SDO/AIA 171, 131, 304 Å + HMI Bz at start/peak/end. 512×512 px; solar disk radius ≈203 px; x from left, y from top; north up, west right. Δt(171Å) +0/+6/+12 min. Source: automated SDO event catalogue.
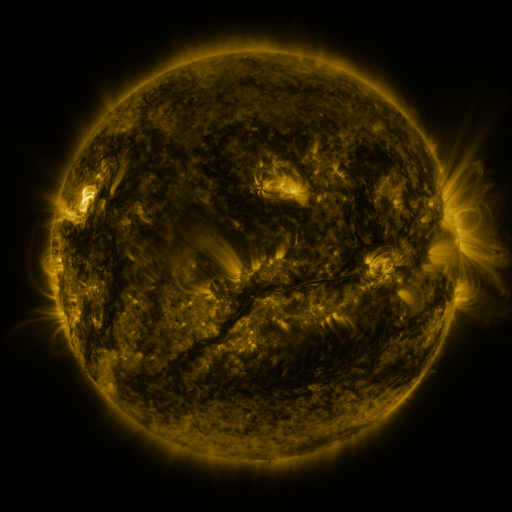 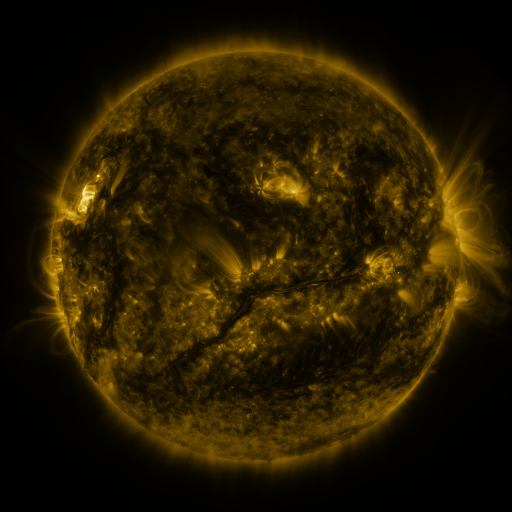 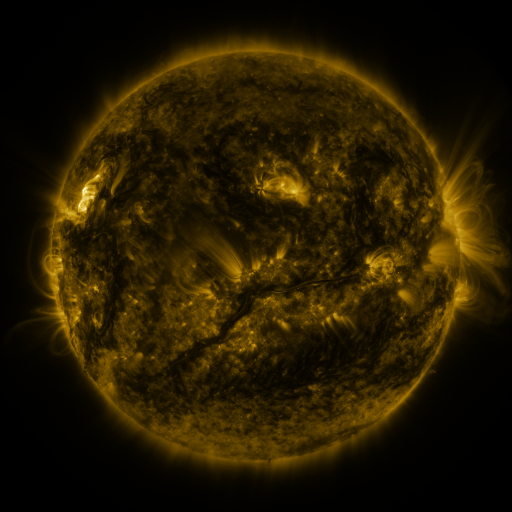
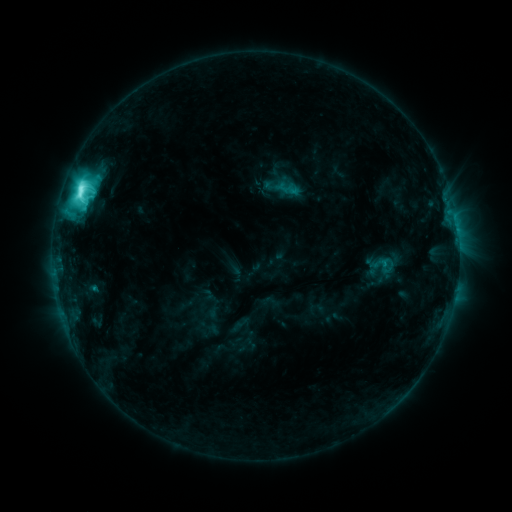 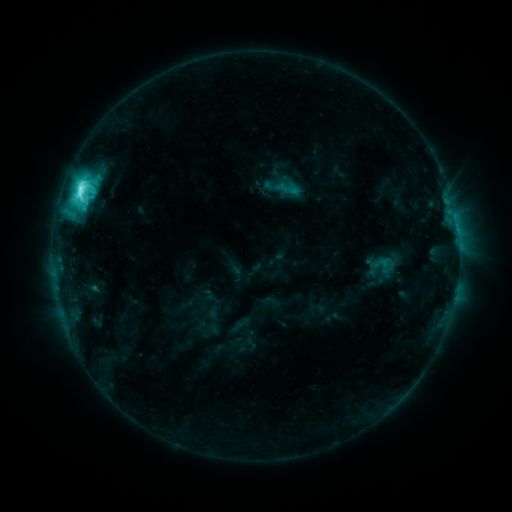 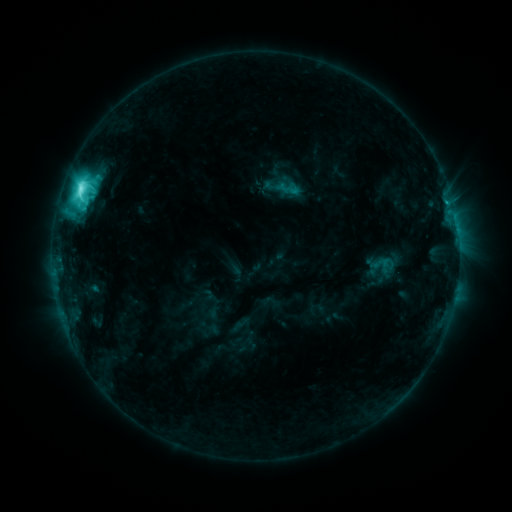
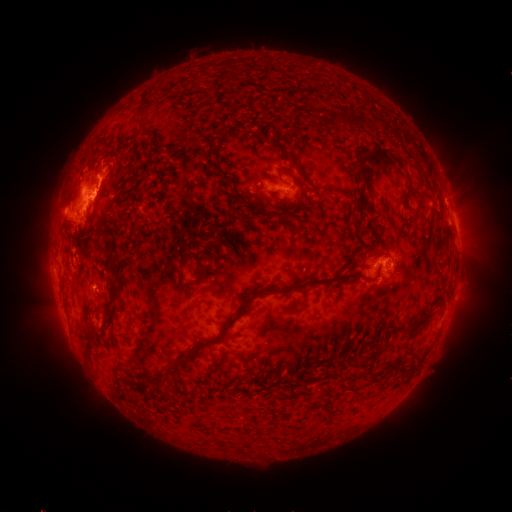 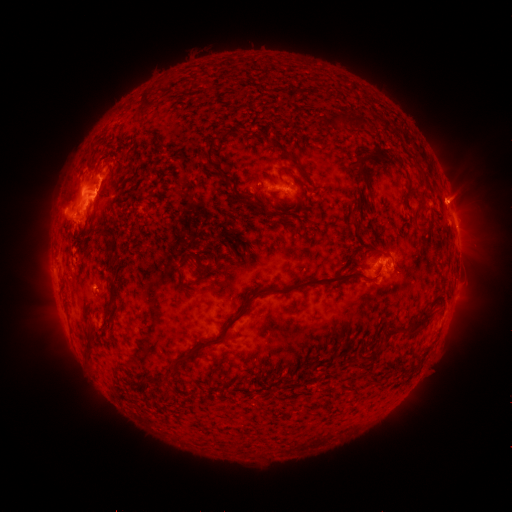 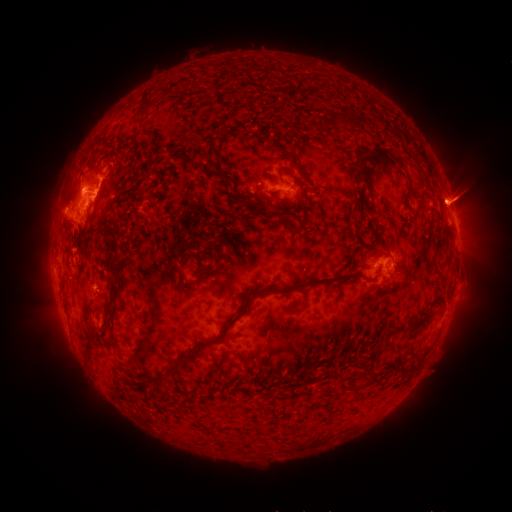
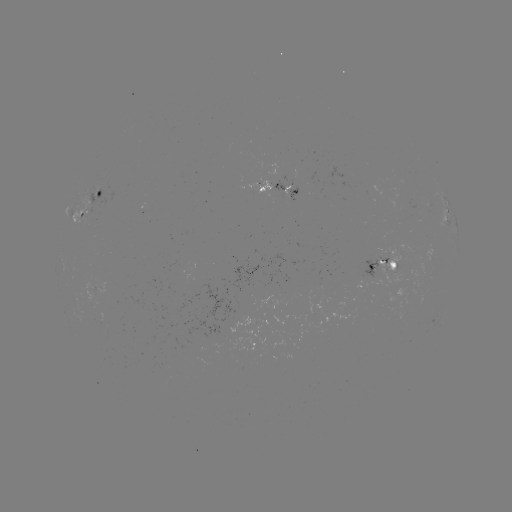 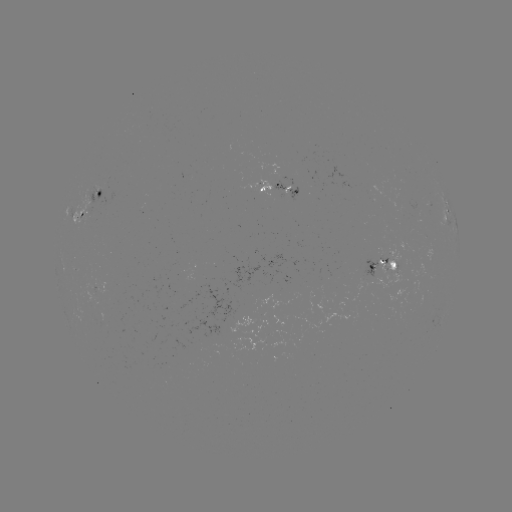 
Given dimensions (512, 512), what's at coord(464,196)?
eruption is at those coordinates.